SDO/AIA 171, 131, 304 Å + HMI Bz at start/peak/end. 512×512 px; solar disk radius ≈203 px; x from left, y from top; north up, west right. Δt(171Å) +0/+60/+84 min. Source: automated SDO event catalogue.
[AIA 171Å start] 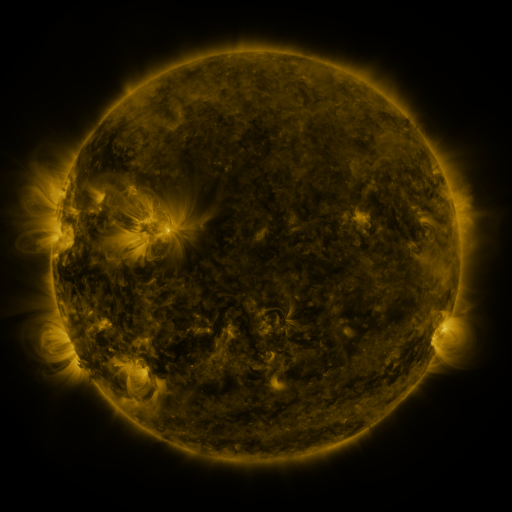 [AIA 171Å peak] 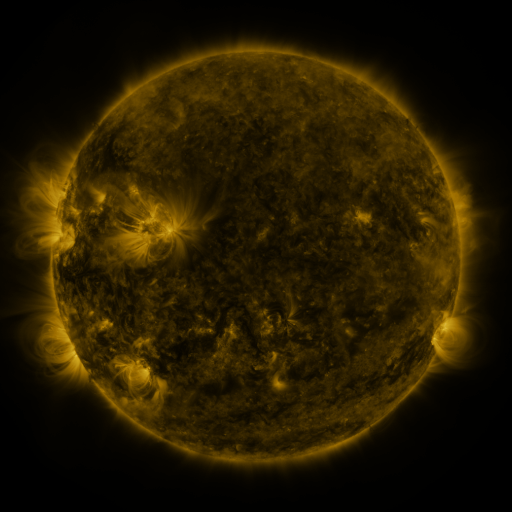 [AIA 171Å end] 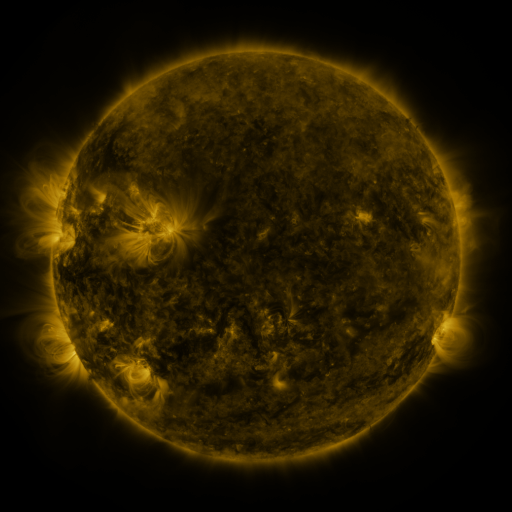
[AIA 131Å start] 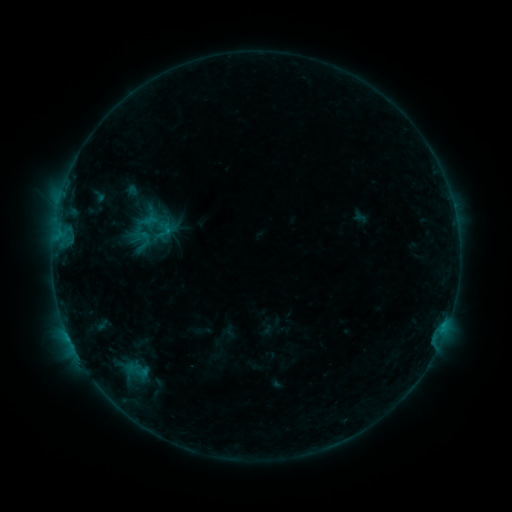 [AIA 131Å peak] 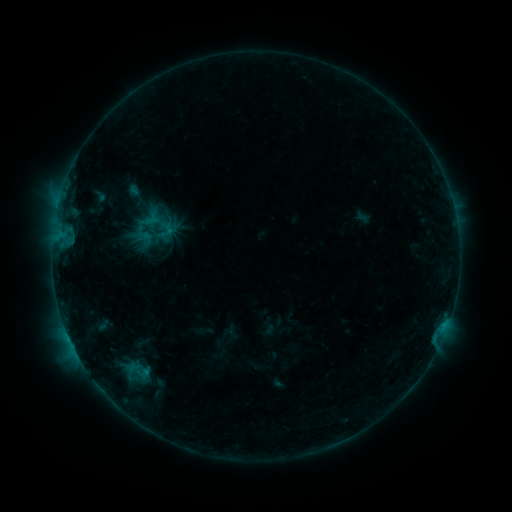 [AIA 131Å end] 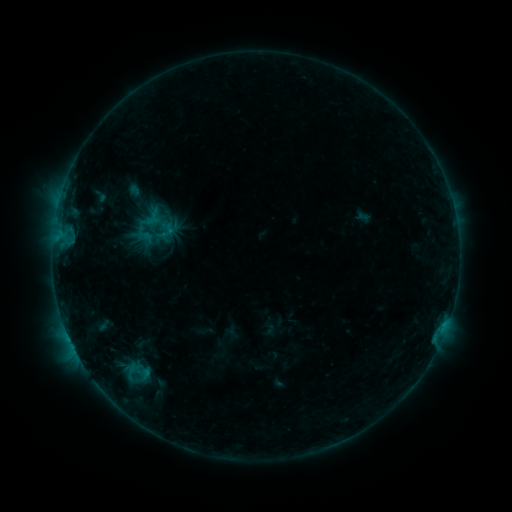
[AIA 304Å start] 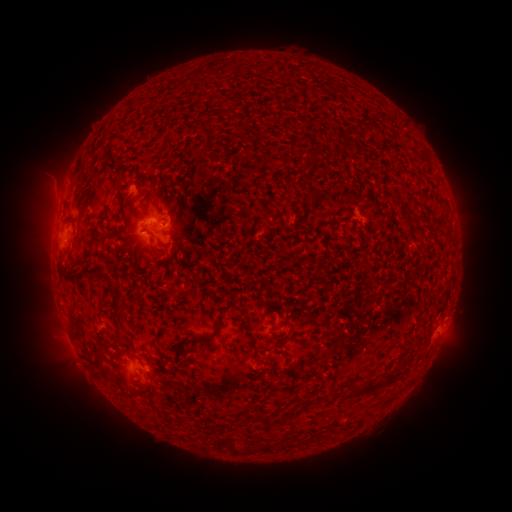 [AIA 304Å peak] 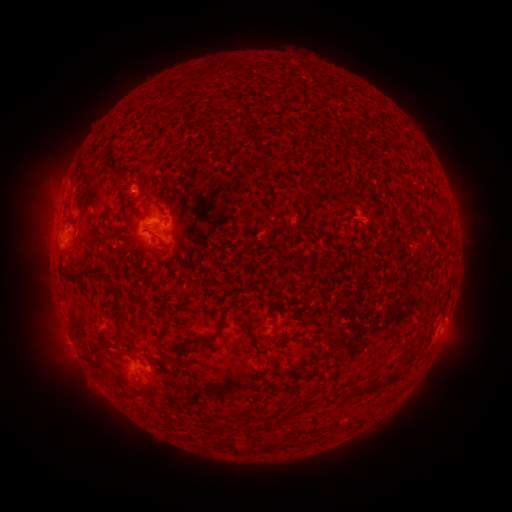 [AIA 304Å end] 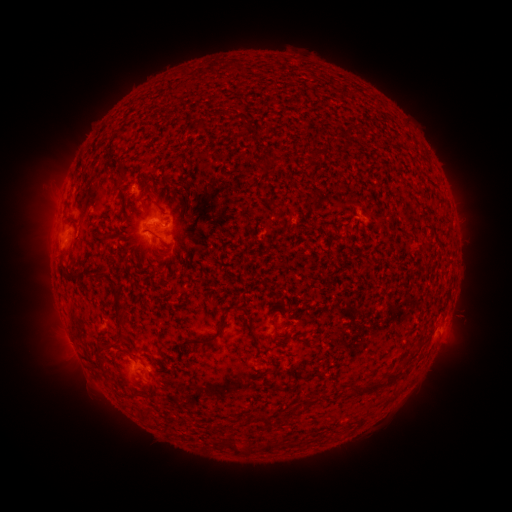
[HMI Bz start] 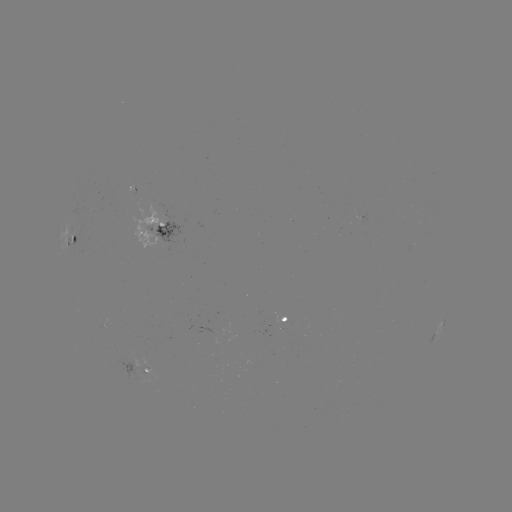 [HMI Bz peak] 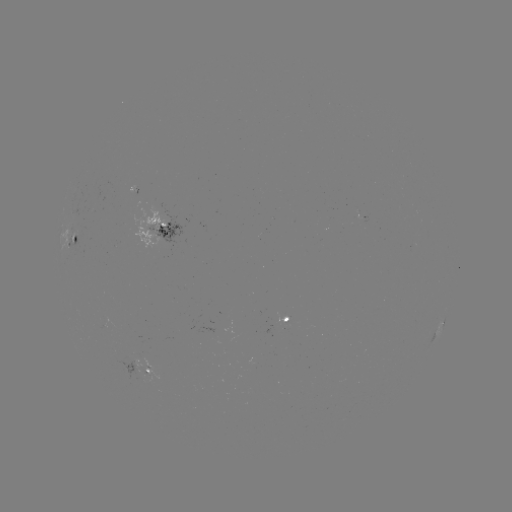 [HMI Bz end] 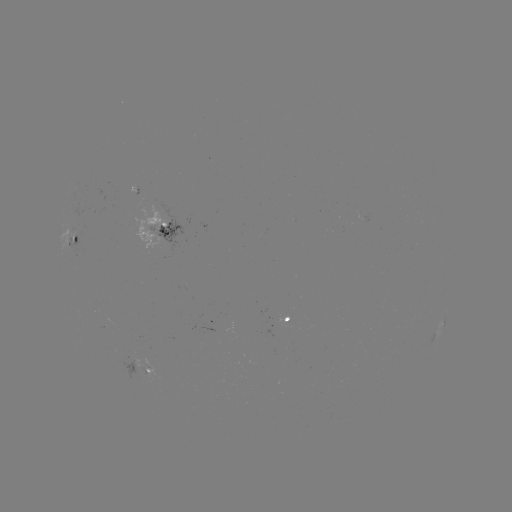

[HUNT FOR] emerging-flux region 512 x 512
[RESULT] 137,374